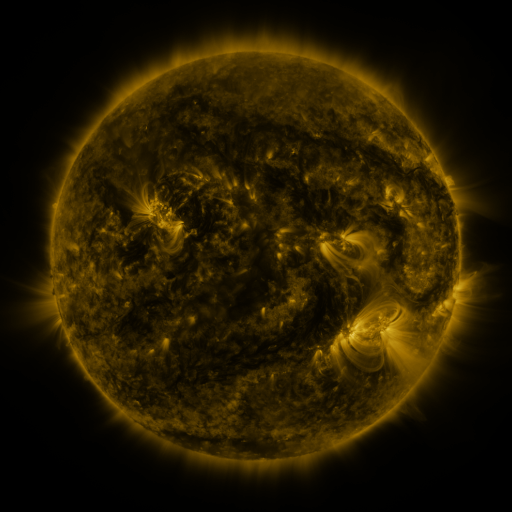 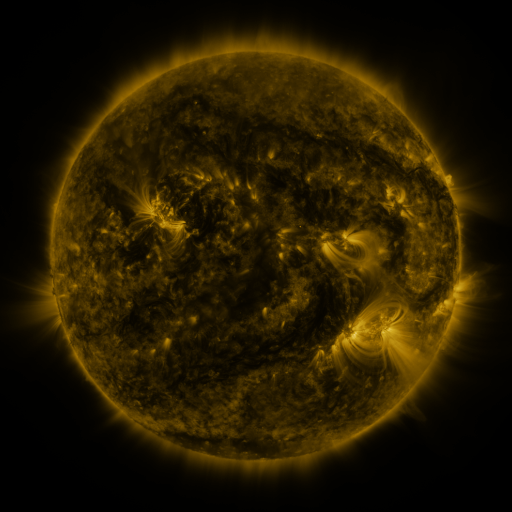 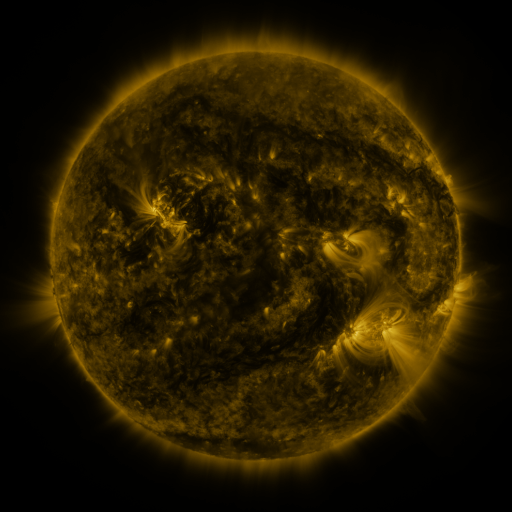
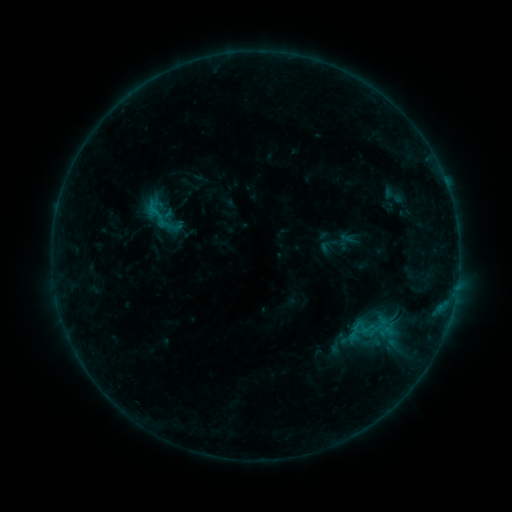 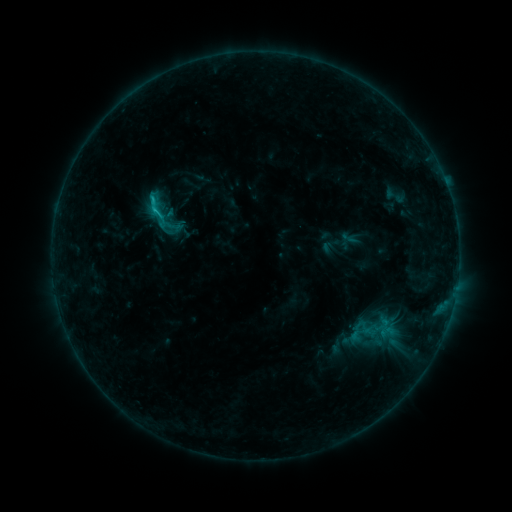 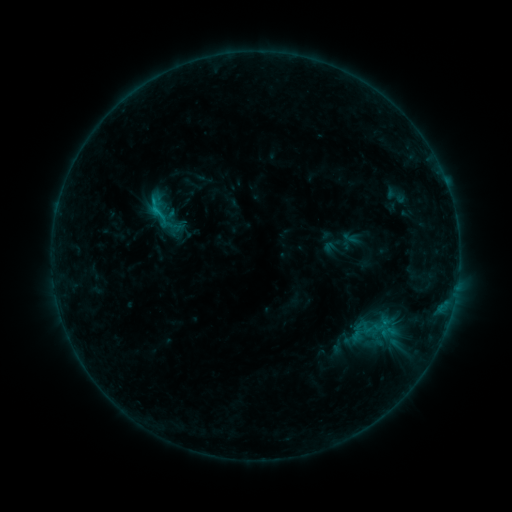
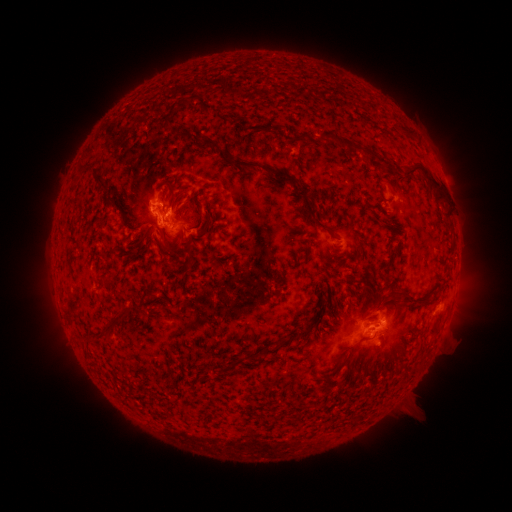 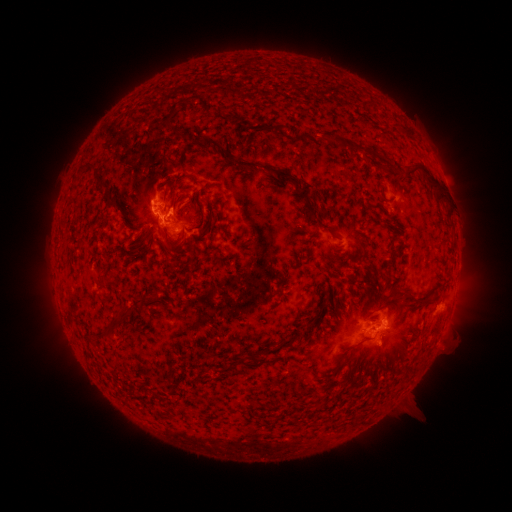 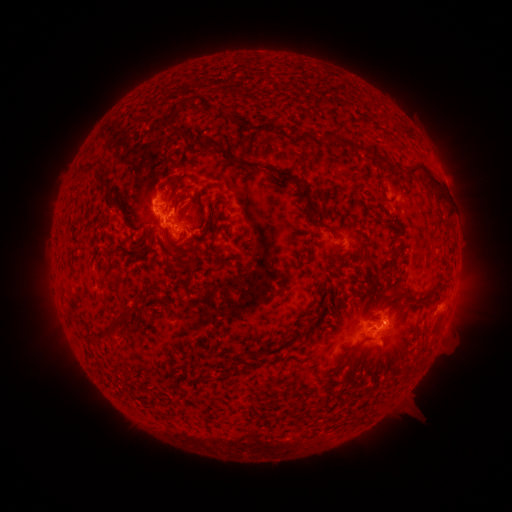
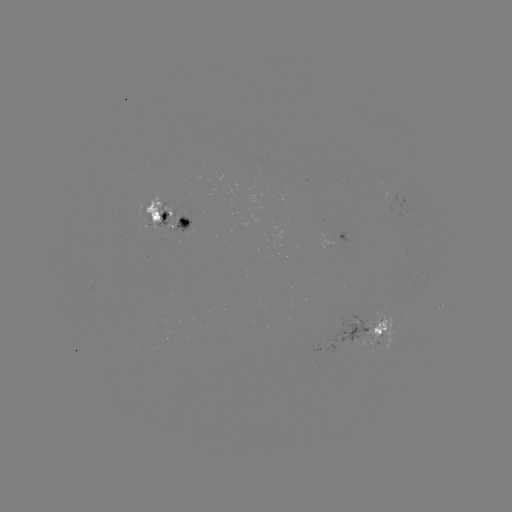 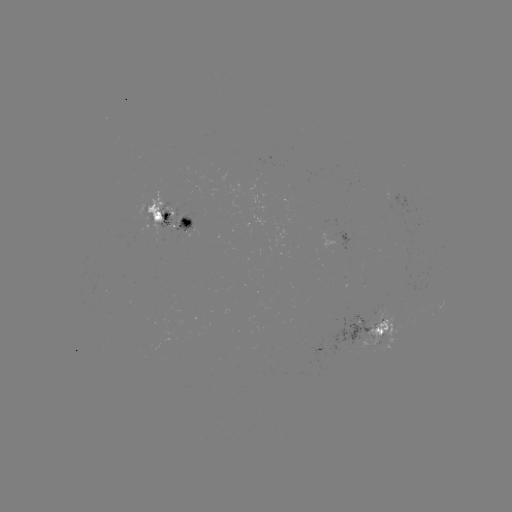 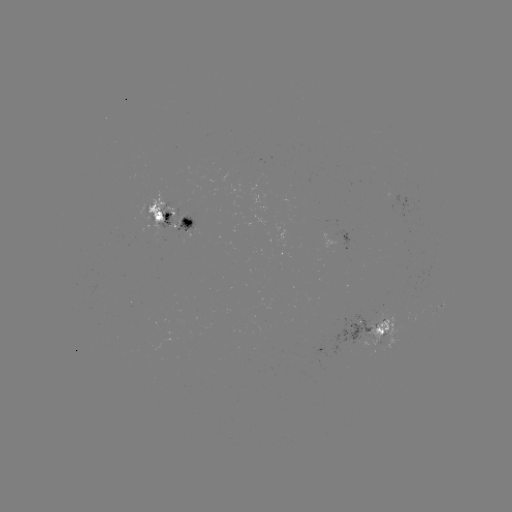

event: flare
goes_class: C1.4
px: (157, 211)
